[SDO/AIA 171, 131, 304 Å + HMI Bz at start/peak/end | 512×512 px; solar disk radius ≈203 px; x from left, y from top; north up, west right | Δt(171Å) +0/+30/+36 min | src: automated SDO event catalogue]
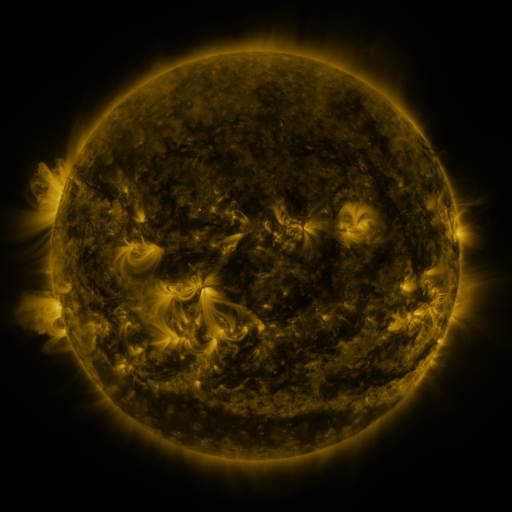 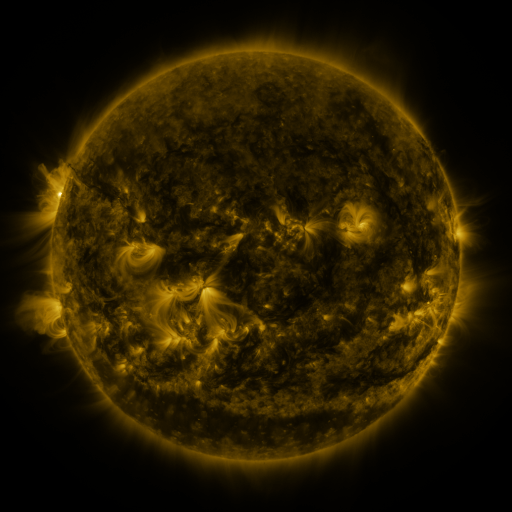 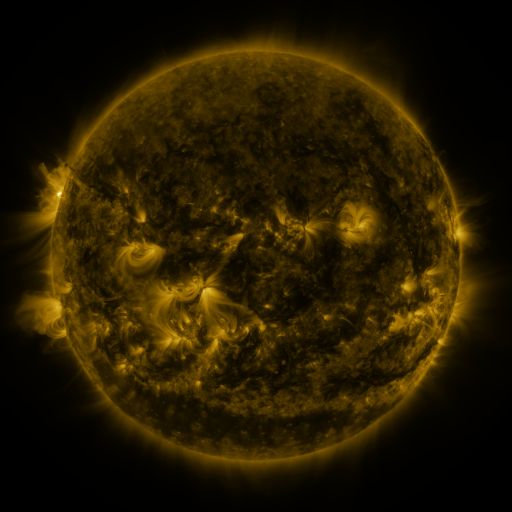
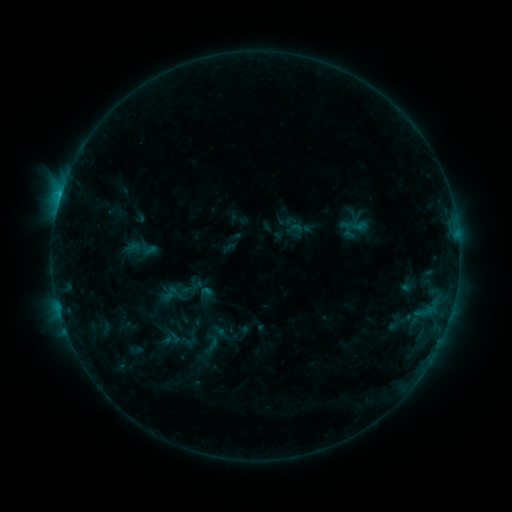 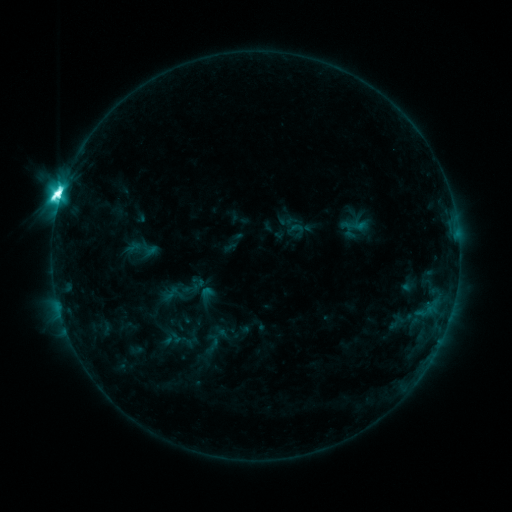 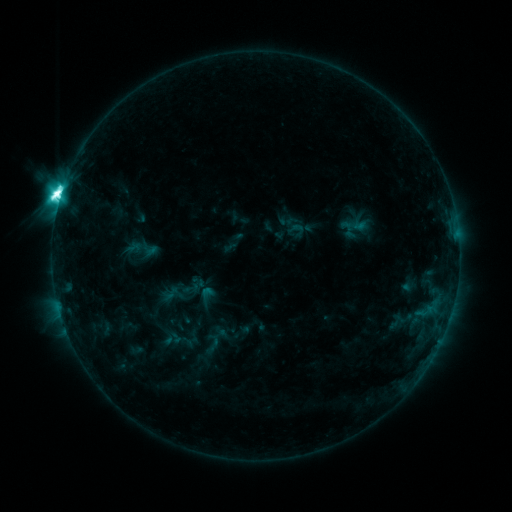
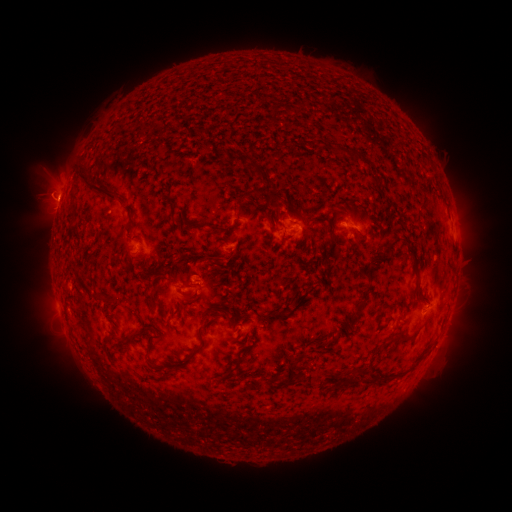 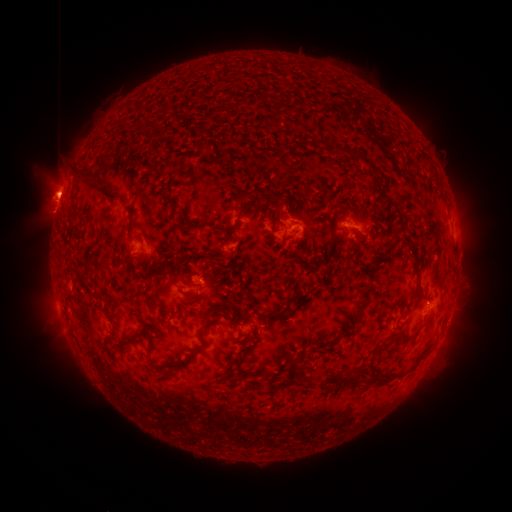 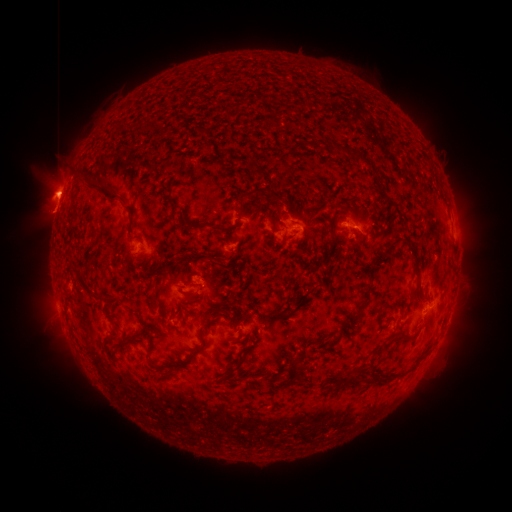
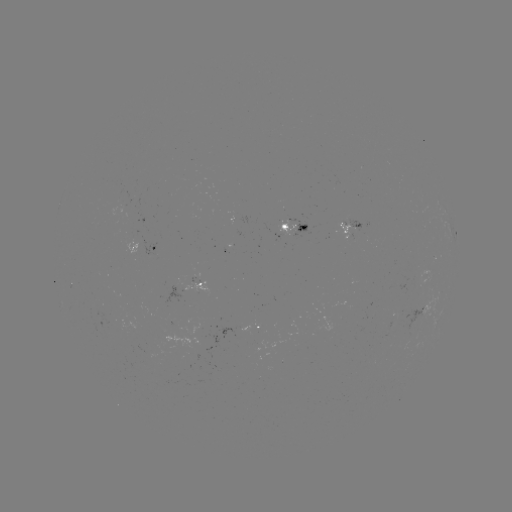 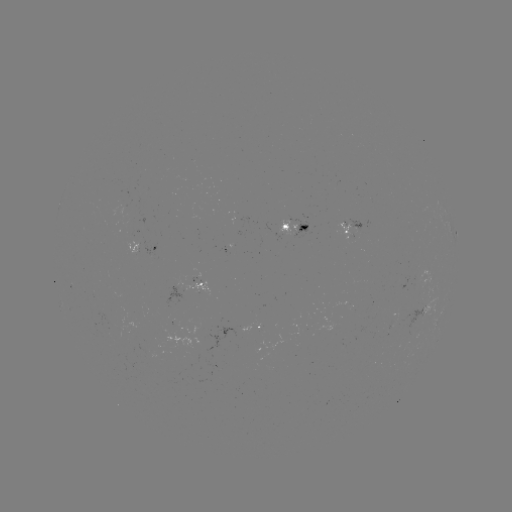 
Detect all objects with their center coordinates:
M2.2 flare: (61, 196)
